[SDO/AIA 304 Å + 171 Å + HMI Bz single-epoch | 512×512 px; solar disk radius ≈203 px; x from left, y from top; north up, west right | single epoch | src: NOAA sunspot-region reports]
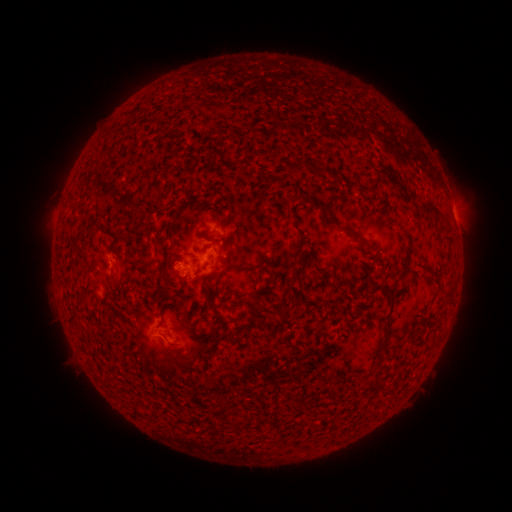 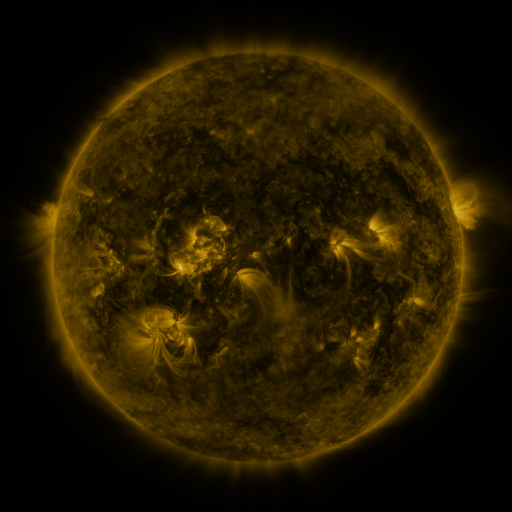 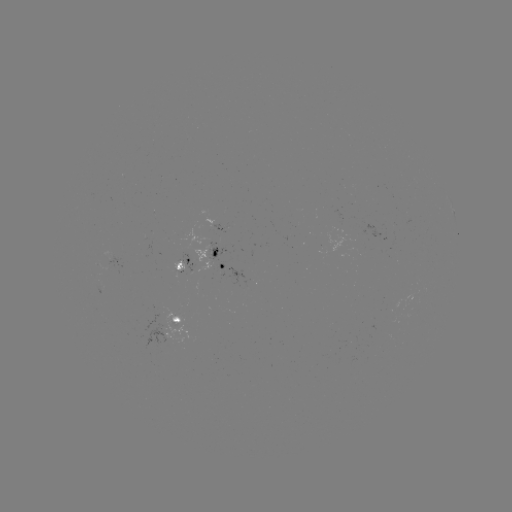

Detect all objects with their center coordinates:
spotted active region: (454, 214)
spotted active region: (228, 229)
spotted active region: (231, 264)
spotted active region: (189, 267)
spotted active region: (184, 322)
